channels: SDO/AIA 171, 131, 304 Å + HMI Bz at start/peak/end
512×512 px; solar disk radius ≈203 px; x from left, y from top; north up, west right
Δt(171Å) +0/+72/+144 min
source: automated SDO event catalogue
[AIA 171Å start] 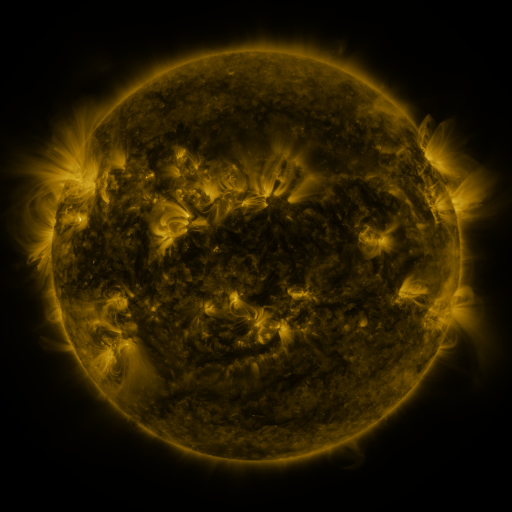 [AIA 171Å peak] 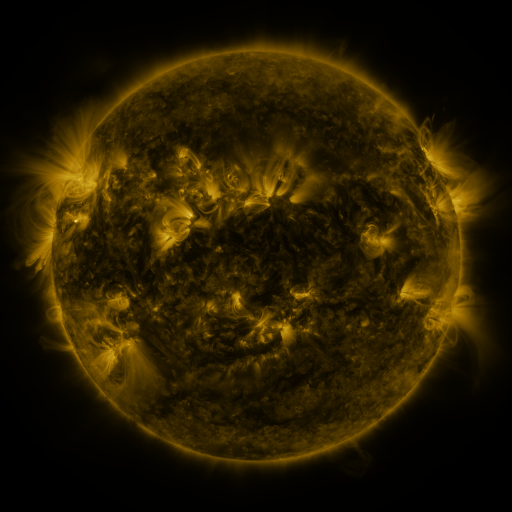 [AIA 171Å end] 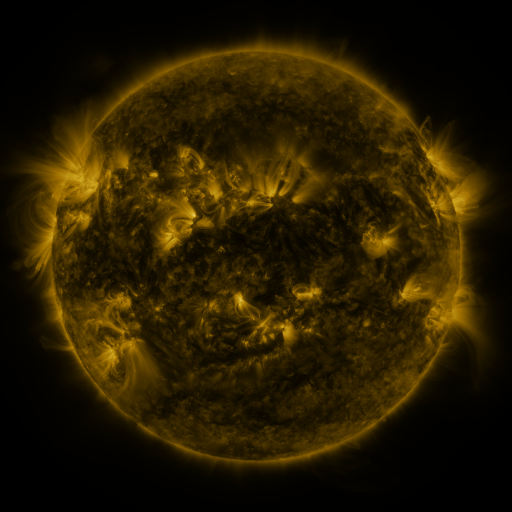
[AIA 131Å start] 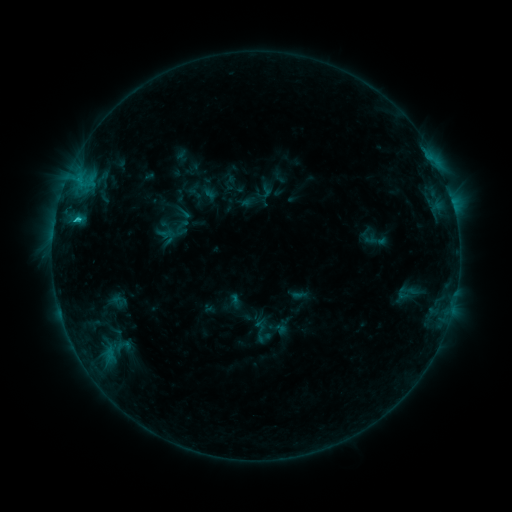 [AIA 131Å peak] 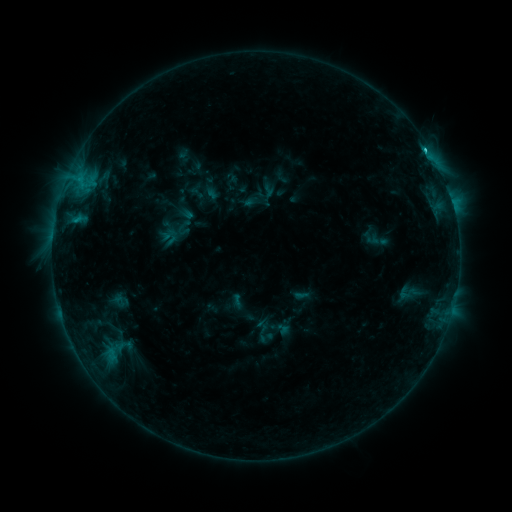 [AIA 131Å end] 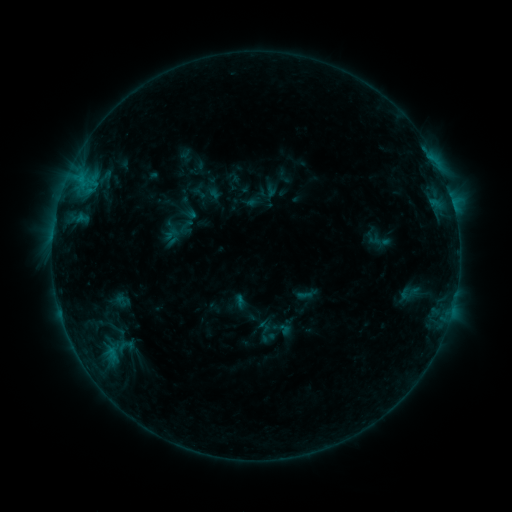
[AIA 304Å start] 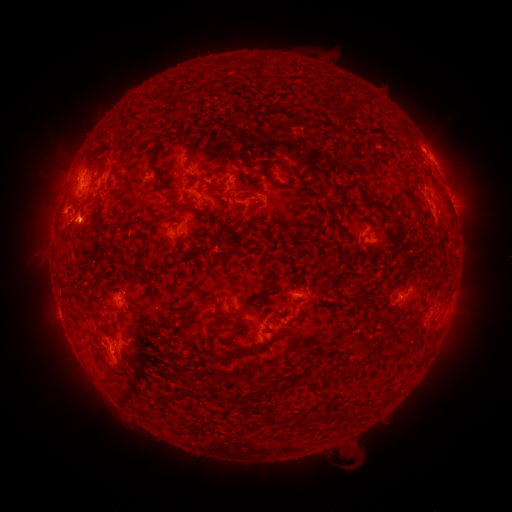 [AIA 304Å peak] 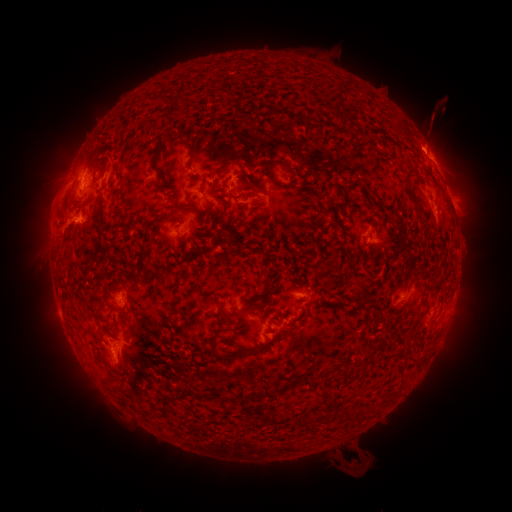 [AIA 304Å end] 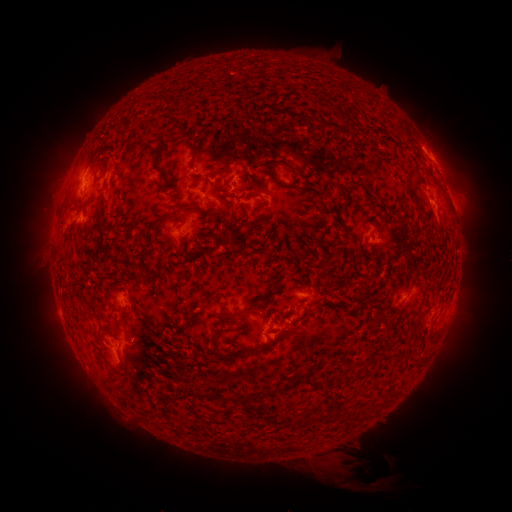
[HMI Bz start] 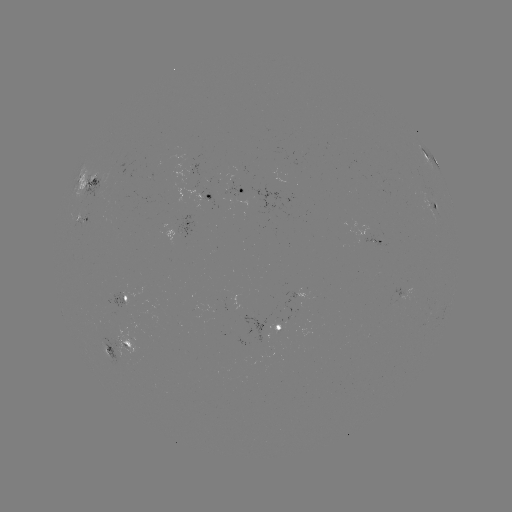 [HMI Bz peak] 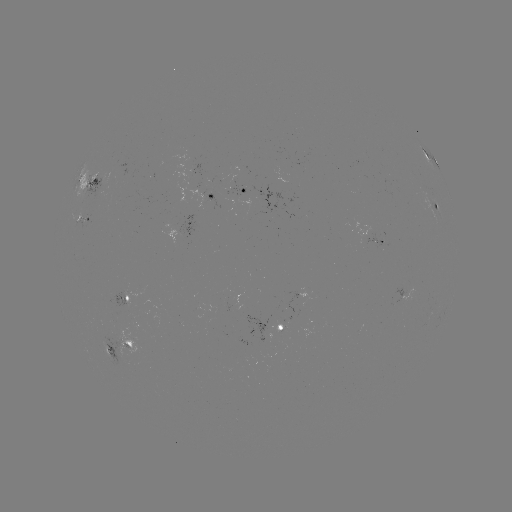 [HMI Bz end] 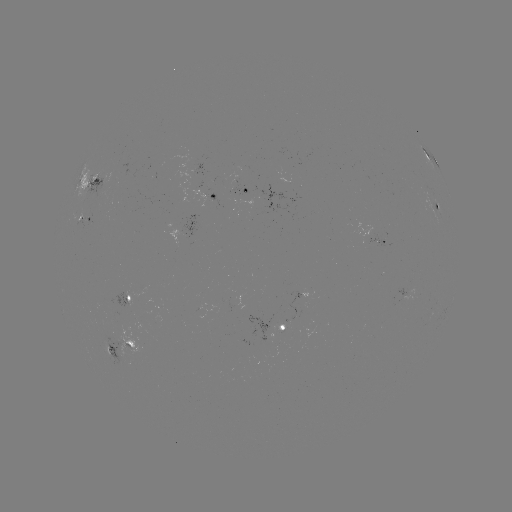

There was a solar filament eruption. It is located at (461, 113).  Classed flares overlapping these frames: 4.